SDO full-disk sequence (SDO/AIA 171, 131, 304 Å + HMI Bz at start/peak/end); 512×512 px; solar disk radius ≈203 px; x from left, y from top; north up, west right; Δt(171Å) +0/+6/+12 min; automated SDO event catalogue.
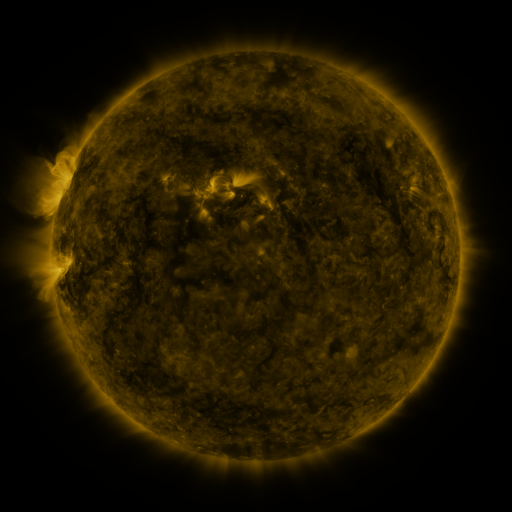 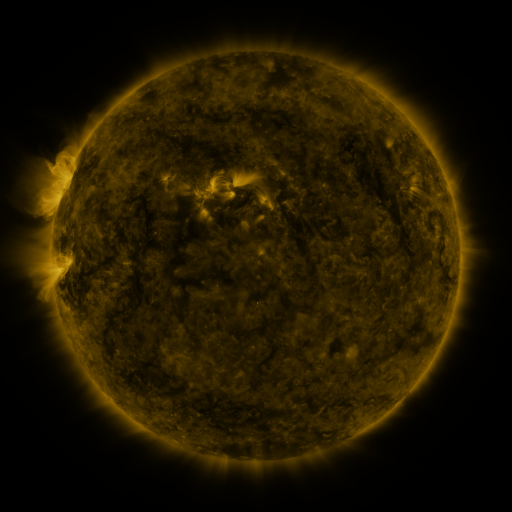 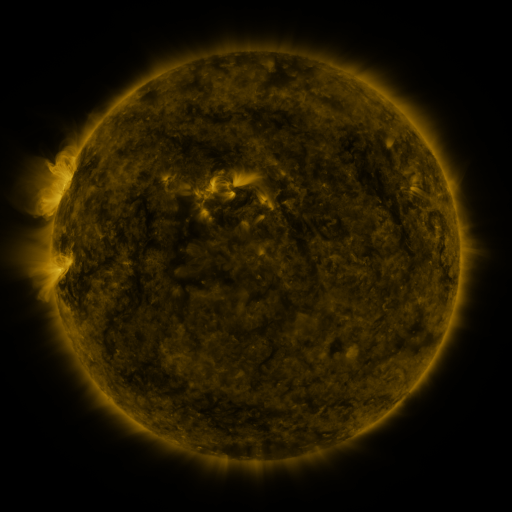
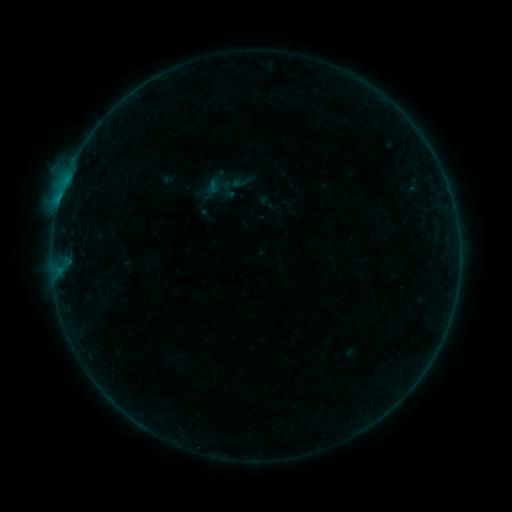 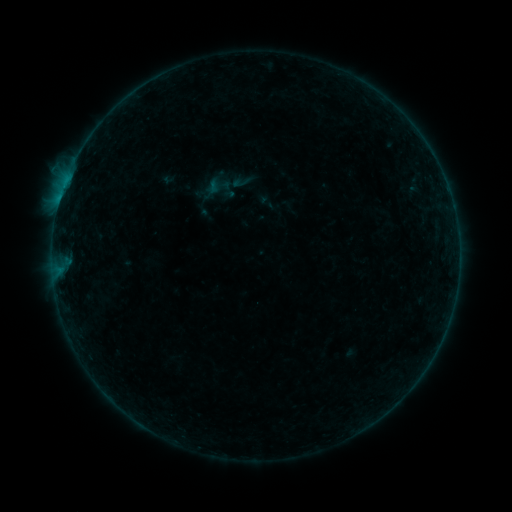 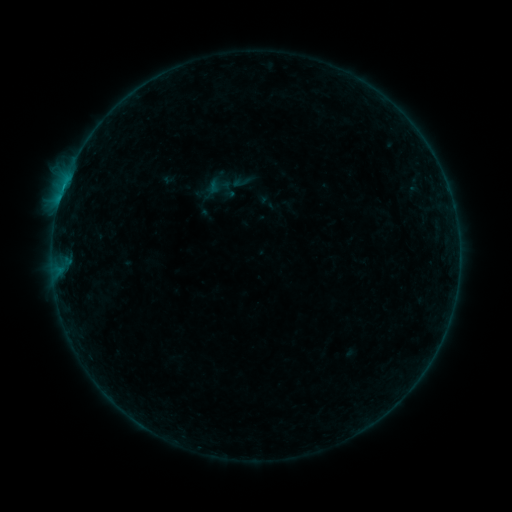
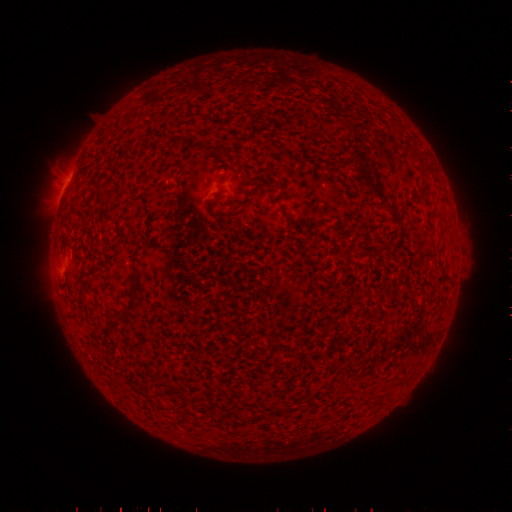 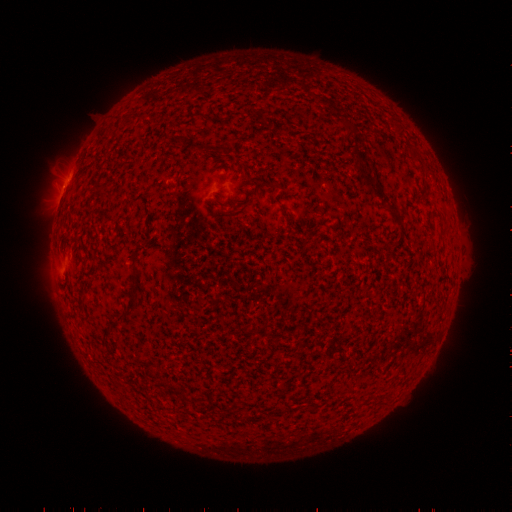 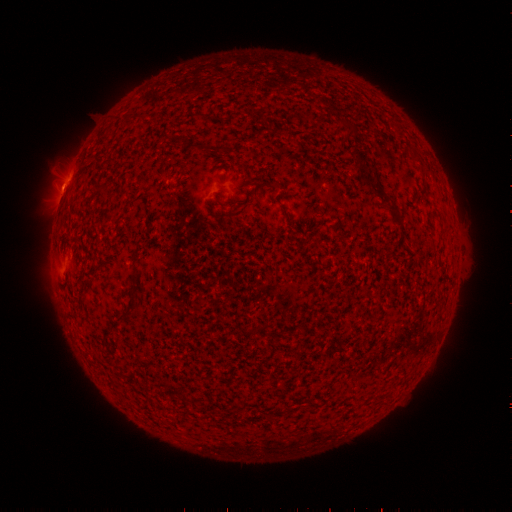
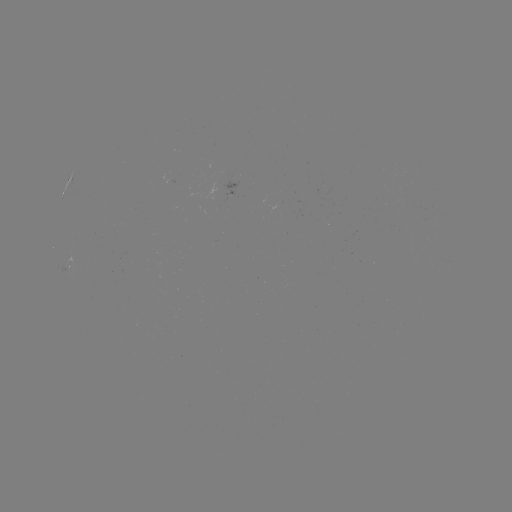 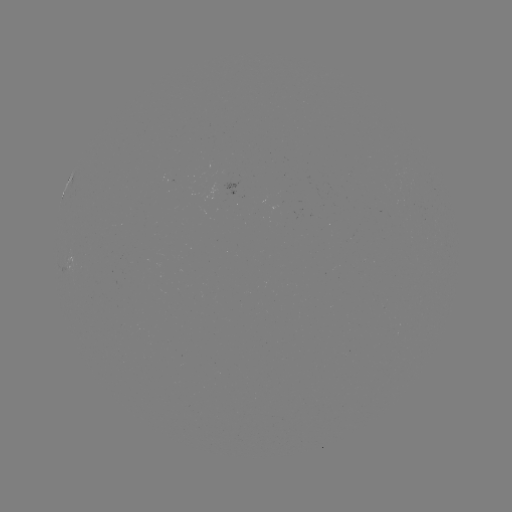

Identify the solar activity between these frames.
B2.6 flare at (64, 189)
